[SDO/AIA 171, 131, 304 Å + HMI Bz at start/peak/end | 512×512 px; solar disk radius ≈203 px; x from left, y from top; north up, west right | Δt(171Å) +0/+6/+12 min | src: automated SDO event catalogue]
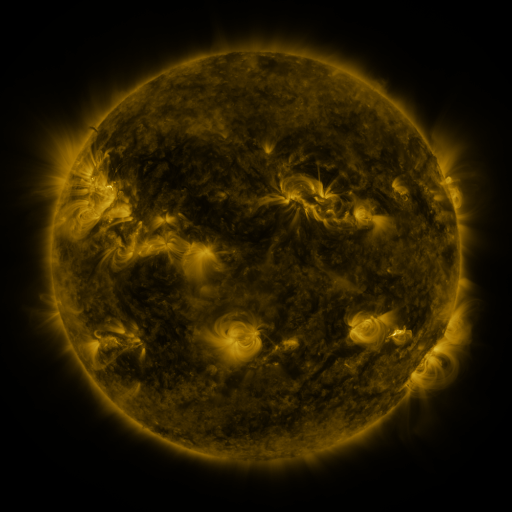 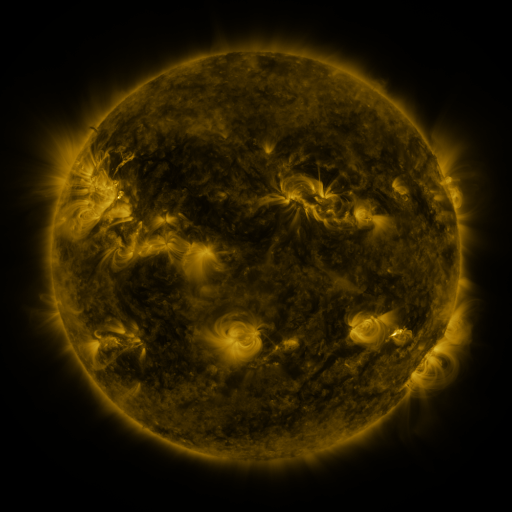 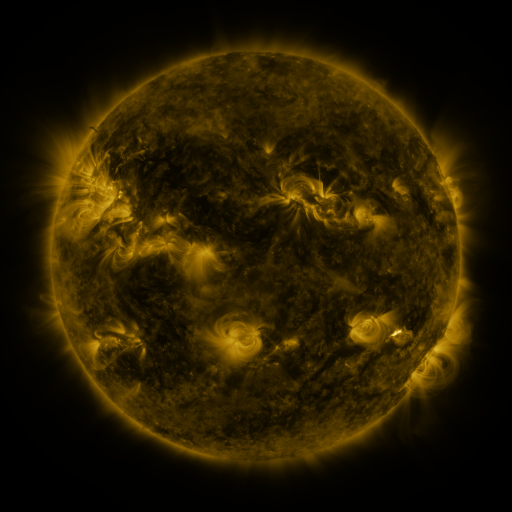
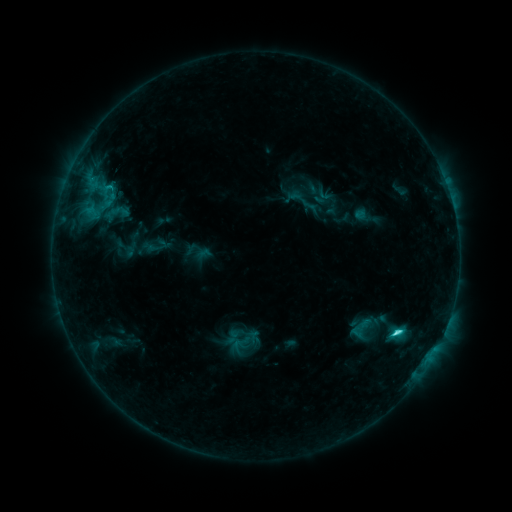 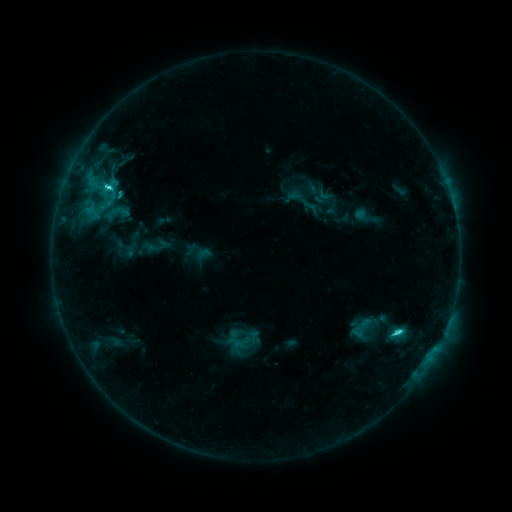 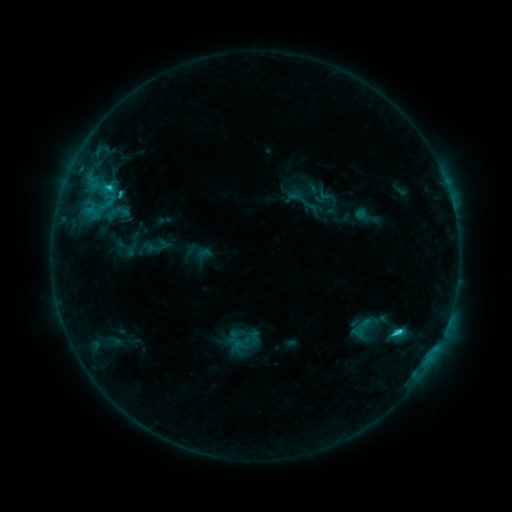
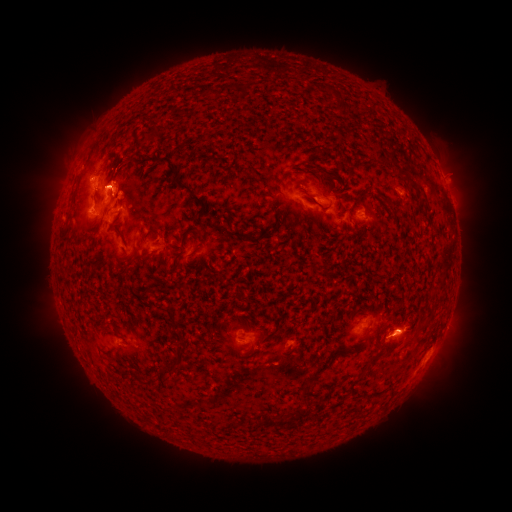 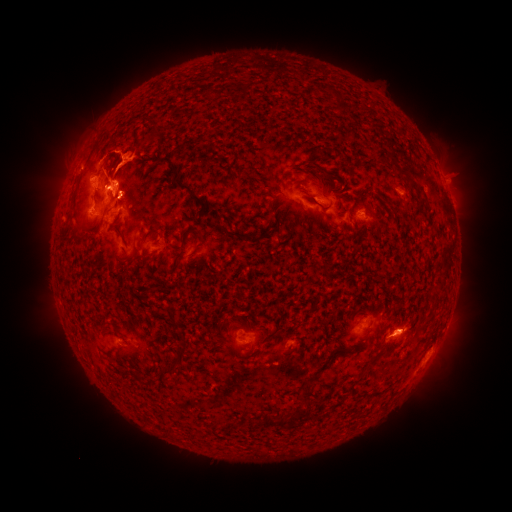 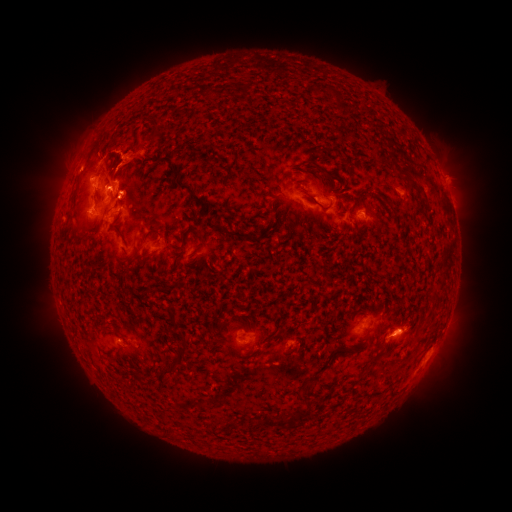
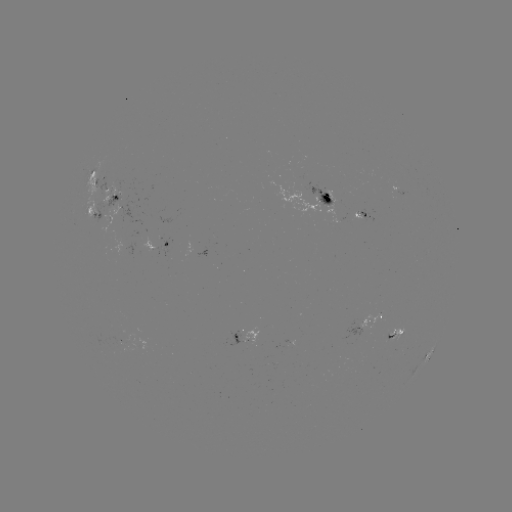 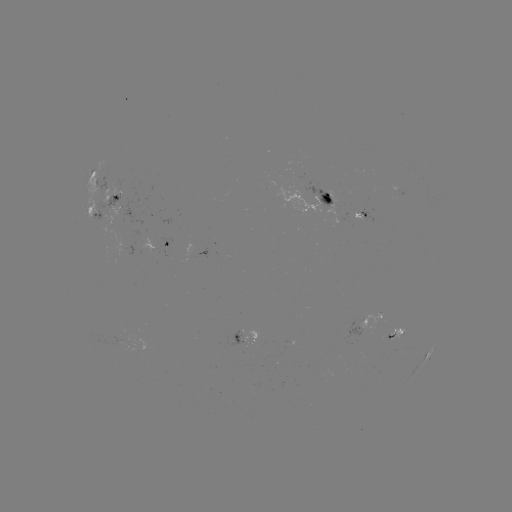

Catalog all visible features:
eruption: (129, 158)
